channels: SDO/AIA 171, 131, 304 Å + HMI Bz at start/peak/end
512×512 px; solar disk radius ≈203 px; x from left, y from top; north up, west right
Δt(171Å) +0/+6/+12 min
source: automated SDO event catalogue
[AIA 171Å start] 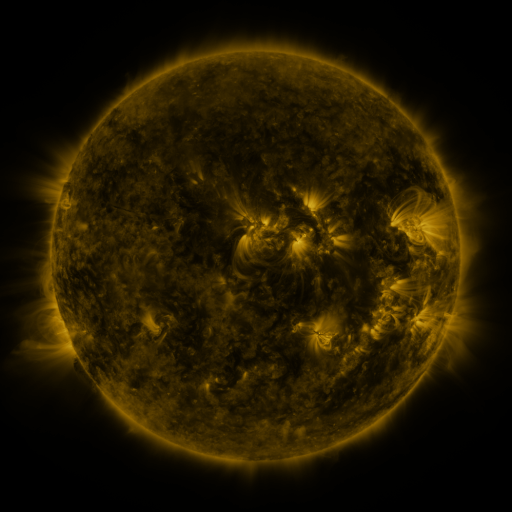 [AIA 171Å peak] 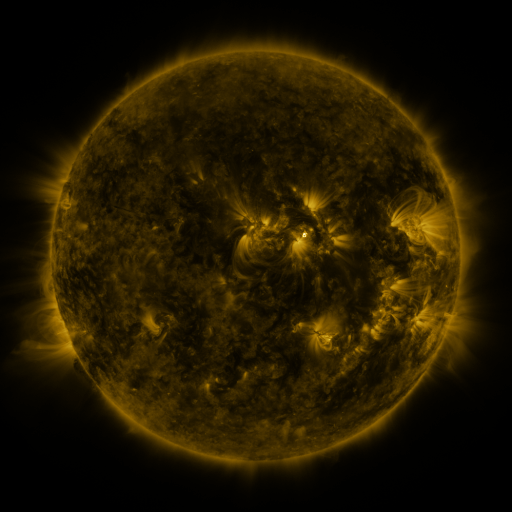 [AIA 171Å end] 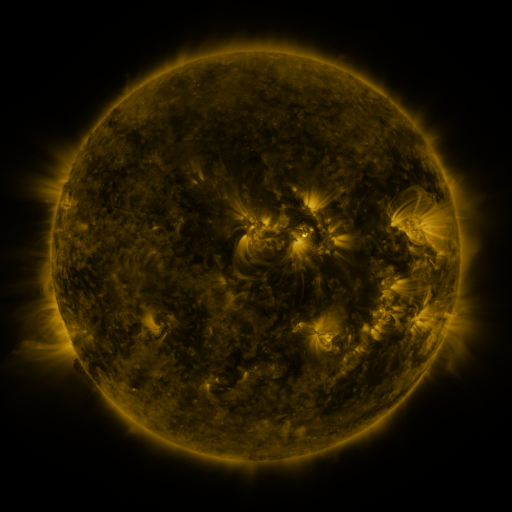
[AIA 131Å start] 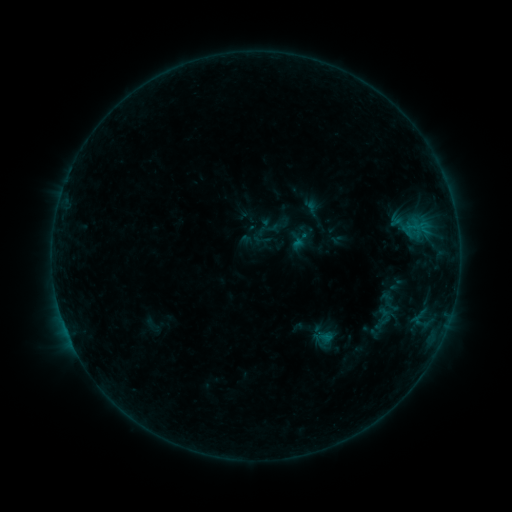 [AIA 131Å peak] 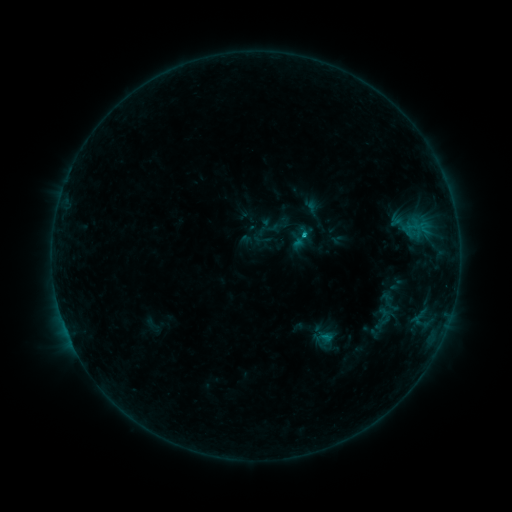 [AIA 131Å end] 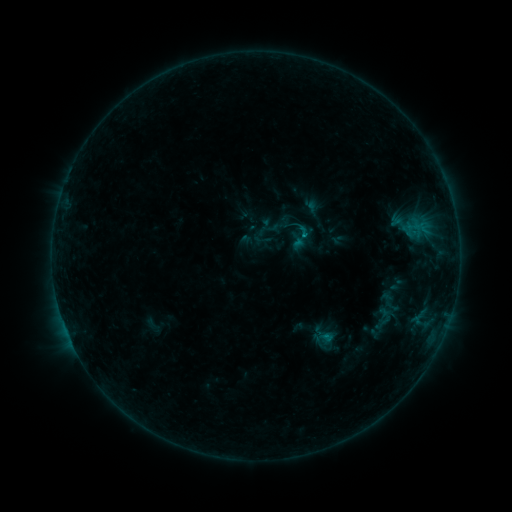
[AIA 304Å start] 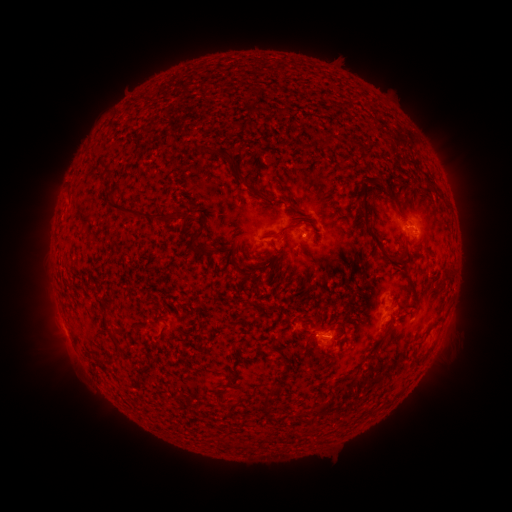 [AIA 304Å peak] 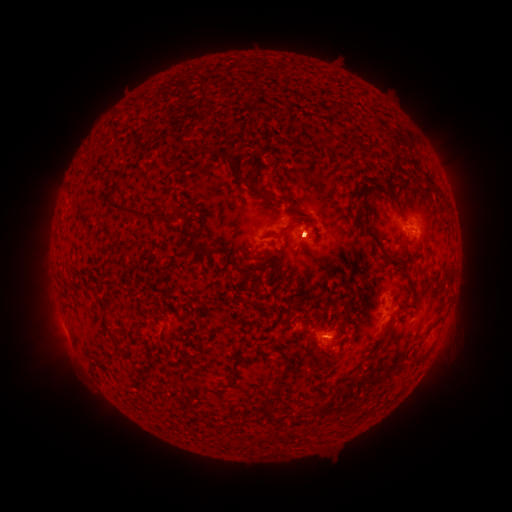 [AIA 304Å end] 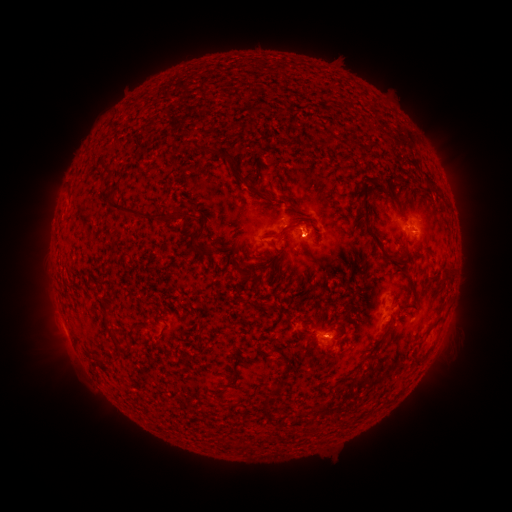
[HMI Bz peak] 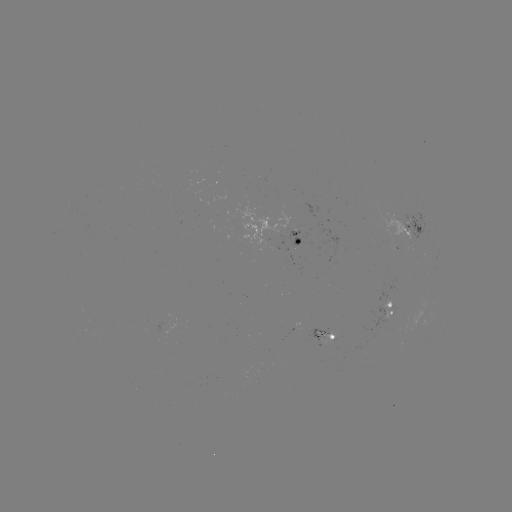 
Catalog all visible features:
B5.9 flare: (304, 238)
